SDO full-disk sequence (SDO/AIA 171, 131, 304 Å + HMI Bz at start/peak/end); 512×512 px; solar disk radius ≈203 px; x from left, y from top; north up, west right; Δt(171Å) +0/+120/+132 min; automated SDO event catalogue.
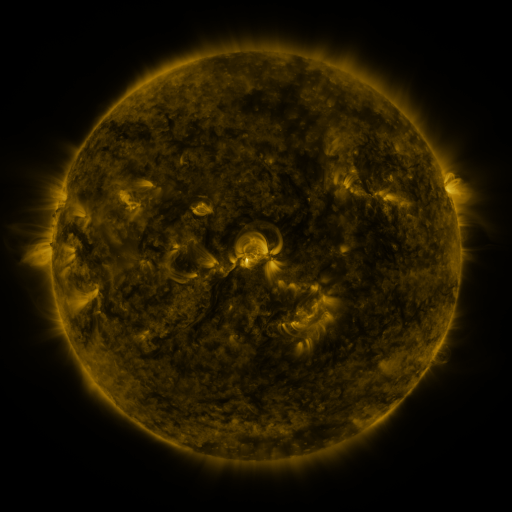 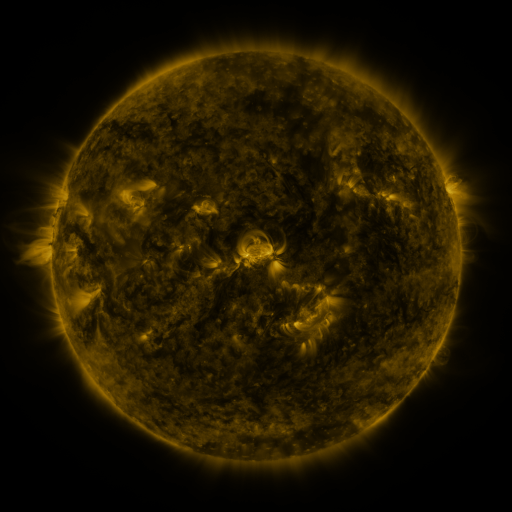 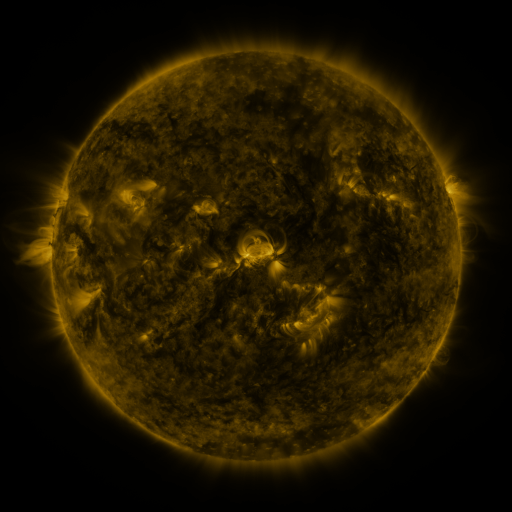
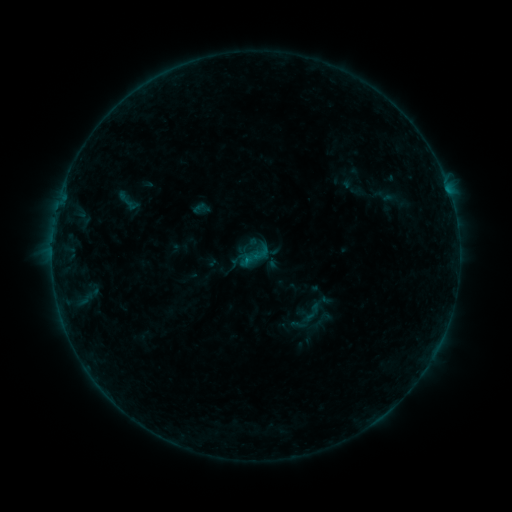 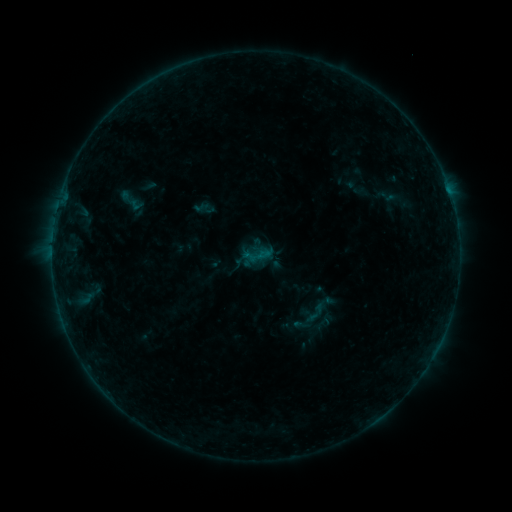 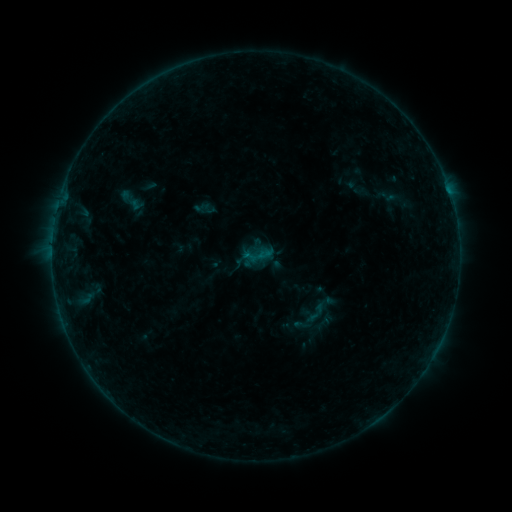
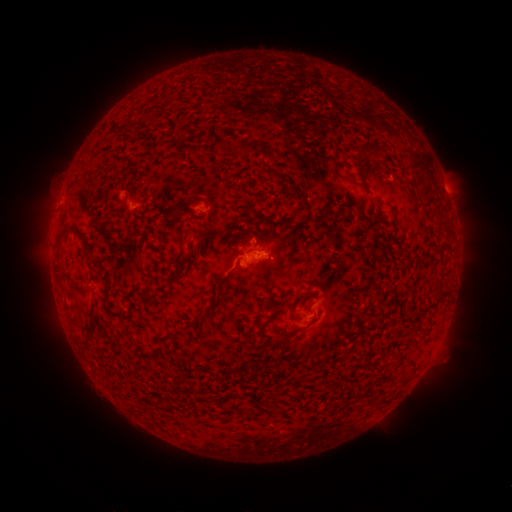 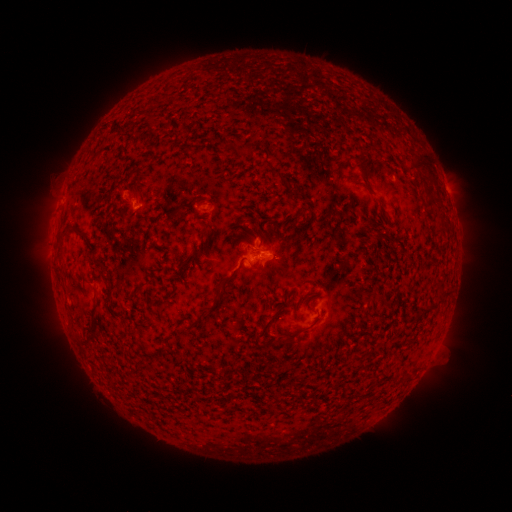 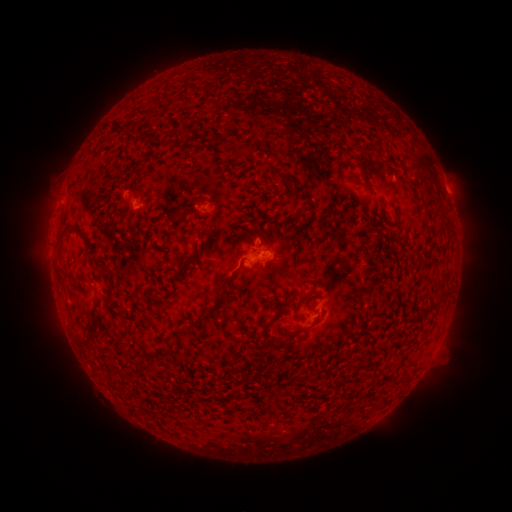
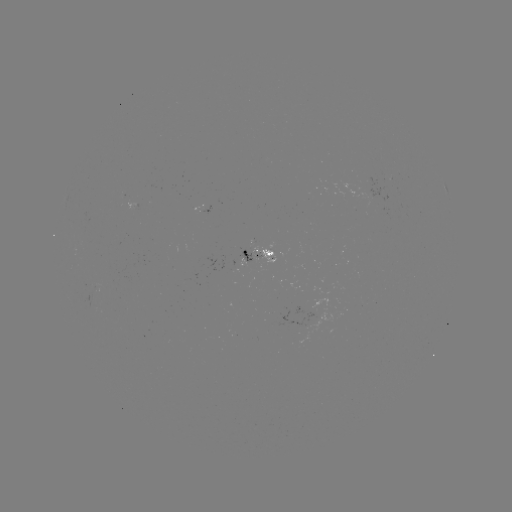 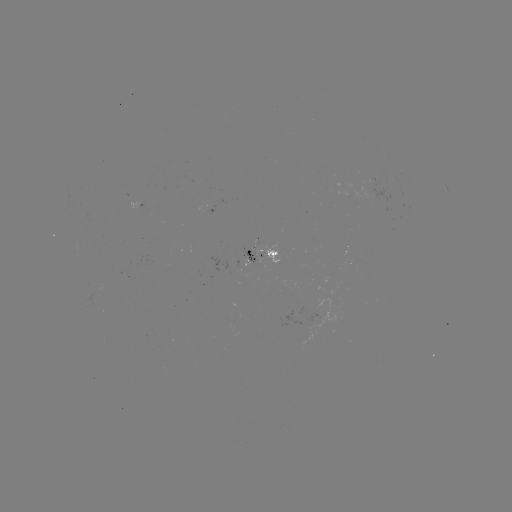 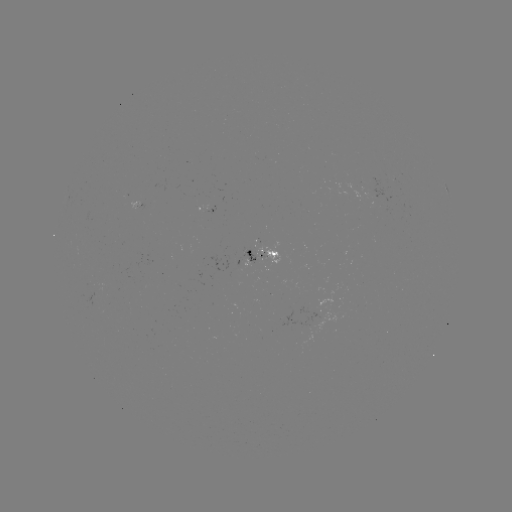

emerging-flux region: (131, 203, 142, 208)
